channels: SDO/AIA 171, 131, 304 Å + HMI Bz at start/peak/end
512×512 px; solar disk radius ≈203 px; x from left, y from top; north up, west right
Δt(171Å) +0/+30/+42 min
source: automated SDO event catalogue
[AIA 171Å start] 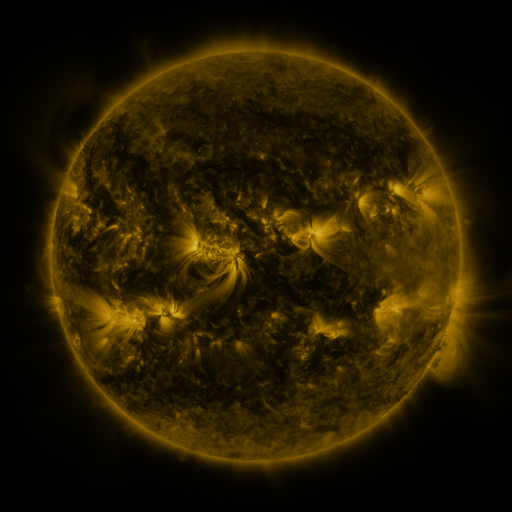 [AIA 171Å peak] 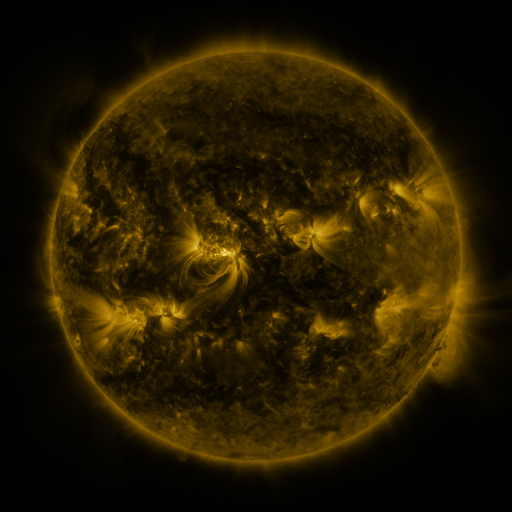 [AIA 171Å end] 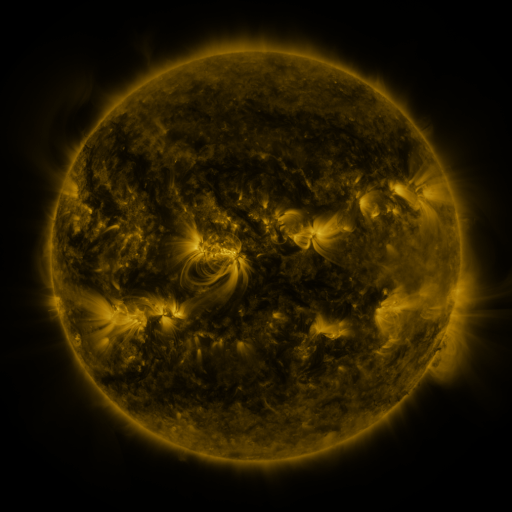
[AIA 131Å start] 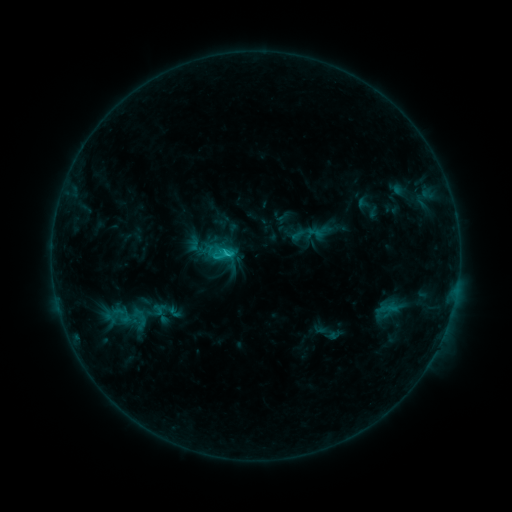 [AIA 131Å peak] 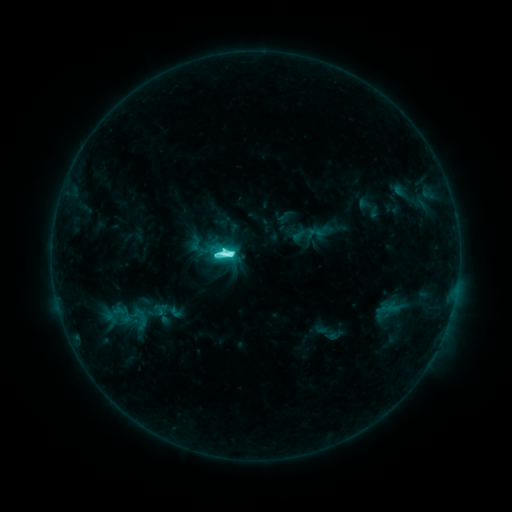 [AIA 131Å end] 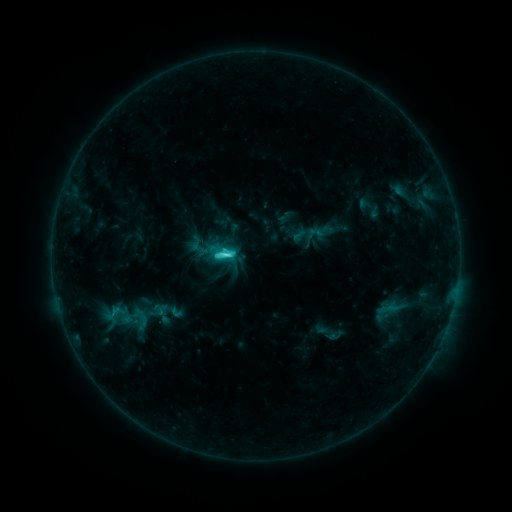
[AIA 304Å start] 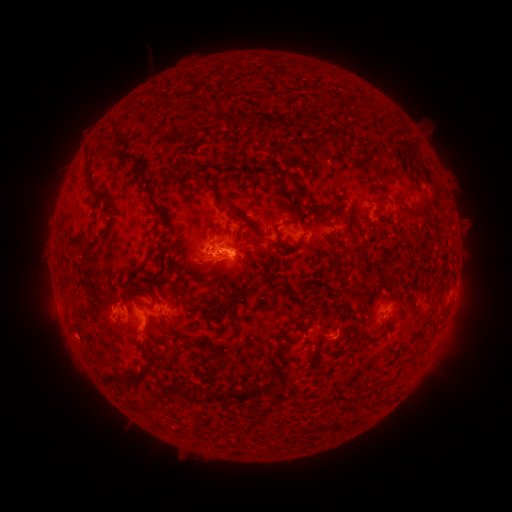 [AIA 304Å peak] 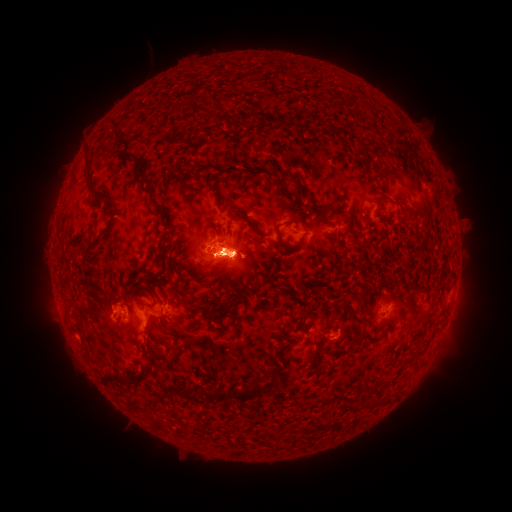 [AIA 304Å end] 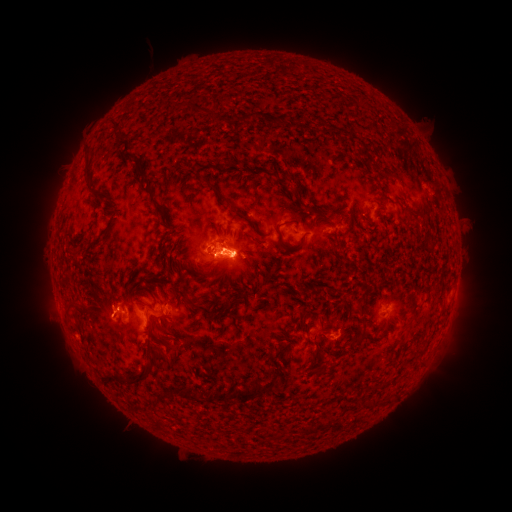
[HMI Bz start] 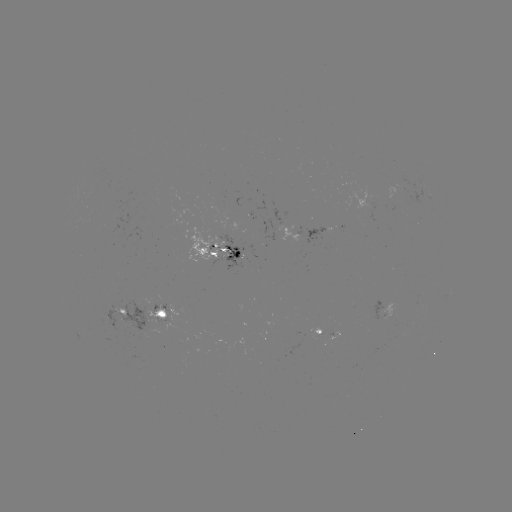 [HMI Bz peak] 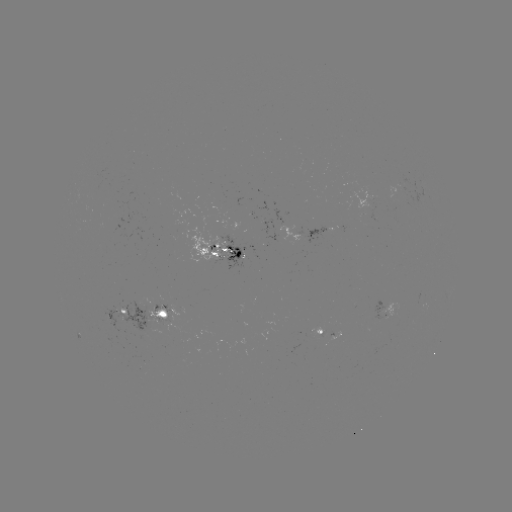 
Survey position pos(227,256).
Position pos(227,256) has M1.0 flare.